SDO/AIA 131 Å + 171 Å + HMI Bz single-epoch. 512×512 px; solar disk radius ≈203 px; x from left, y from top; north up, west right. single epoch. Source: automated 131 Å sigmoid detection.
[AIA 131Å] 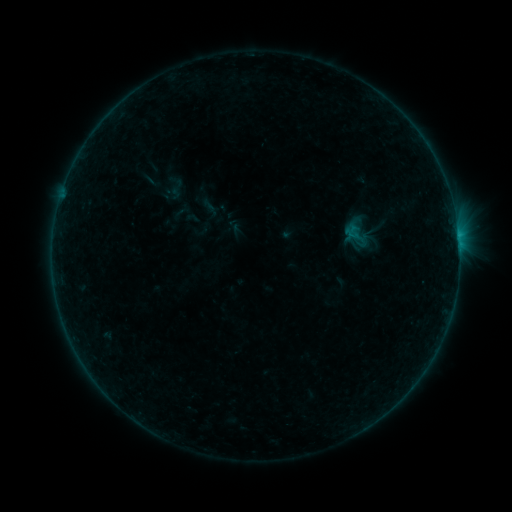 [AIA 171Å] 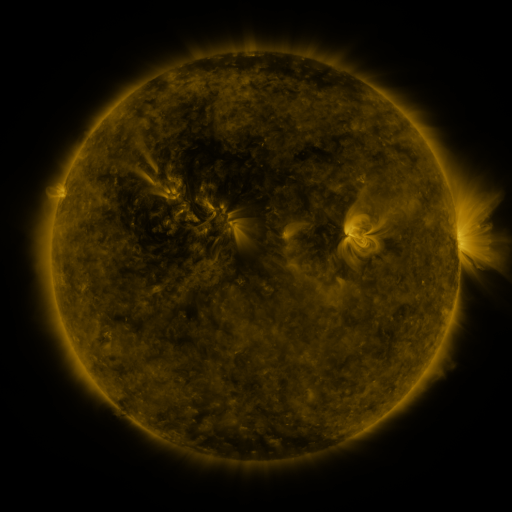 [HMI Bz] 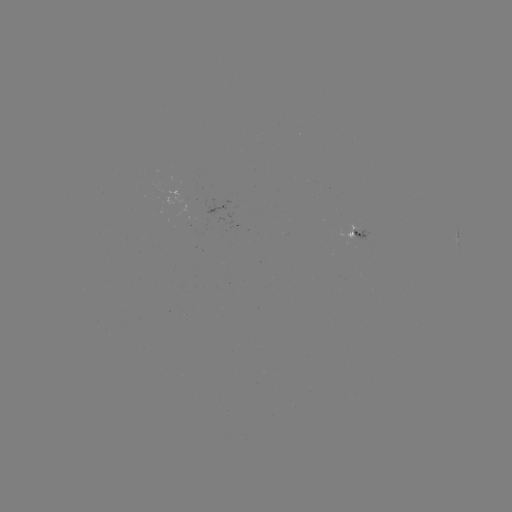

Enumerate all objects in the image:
sigmoid: <bbox>340, 220, 375, 251</bbox>
